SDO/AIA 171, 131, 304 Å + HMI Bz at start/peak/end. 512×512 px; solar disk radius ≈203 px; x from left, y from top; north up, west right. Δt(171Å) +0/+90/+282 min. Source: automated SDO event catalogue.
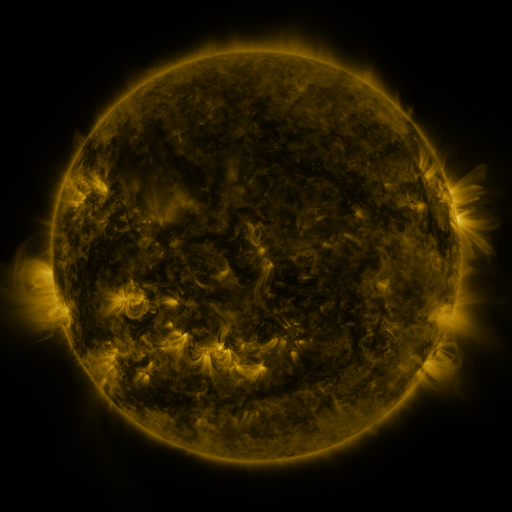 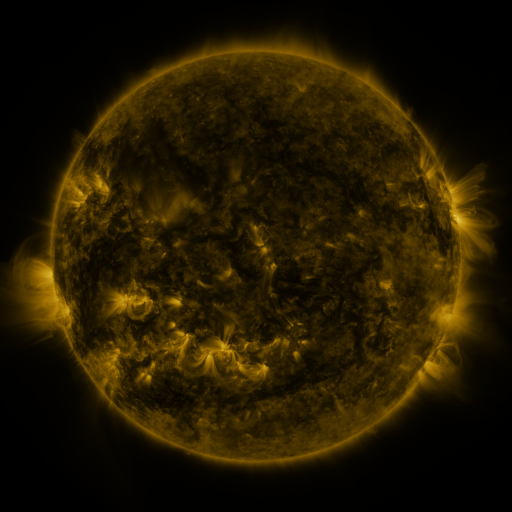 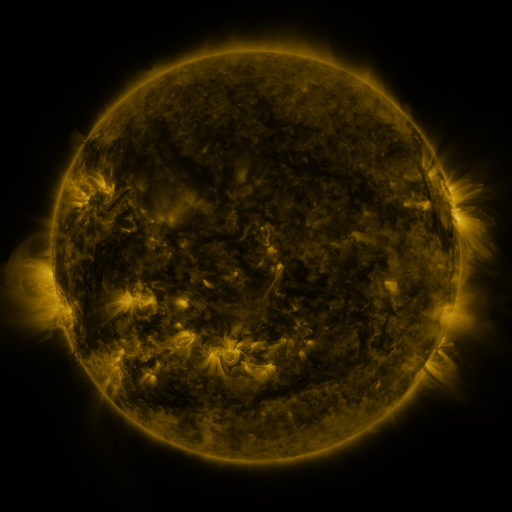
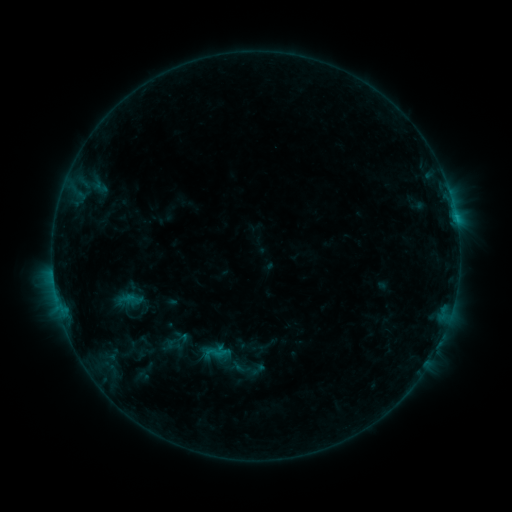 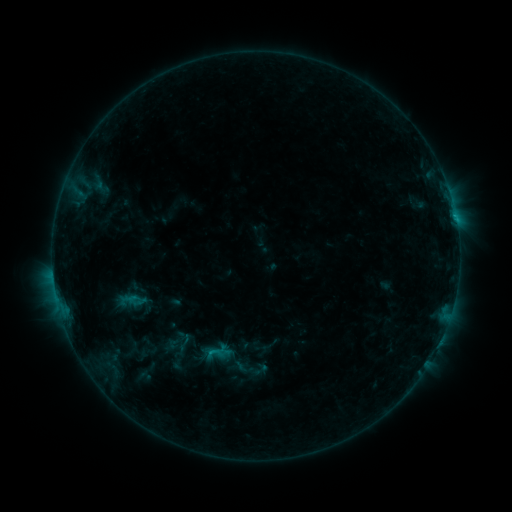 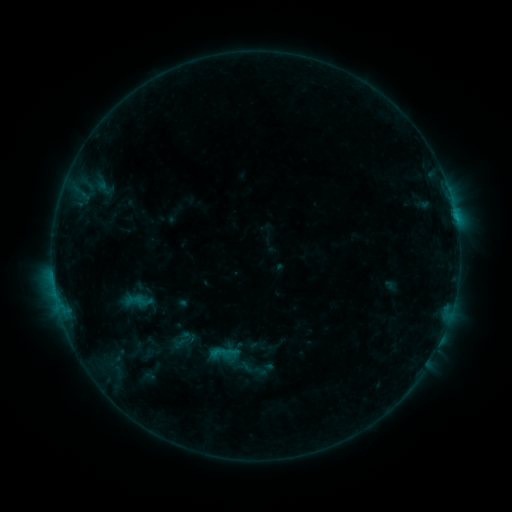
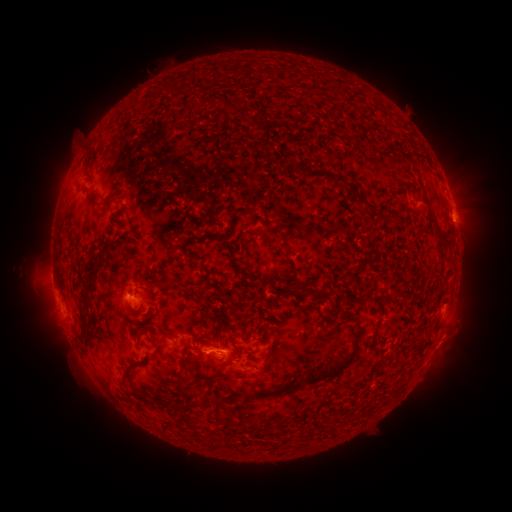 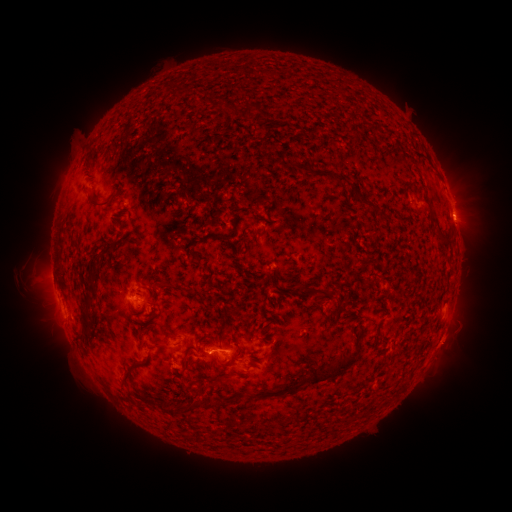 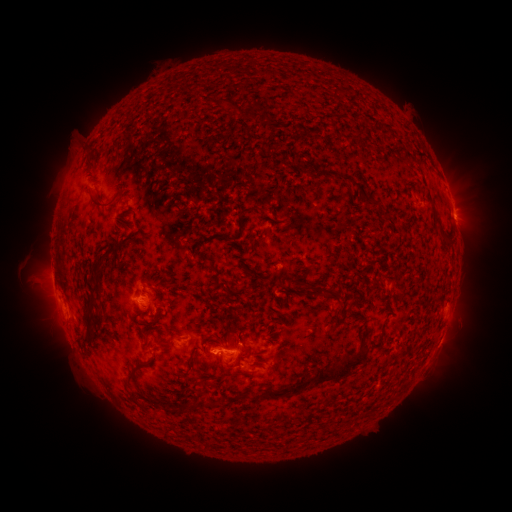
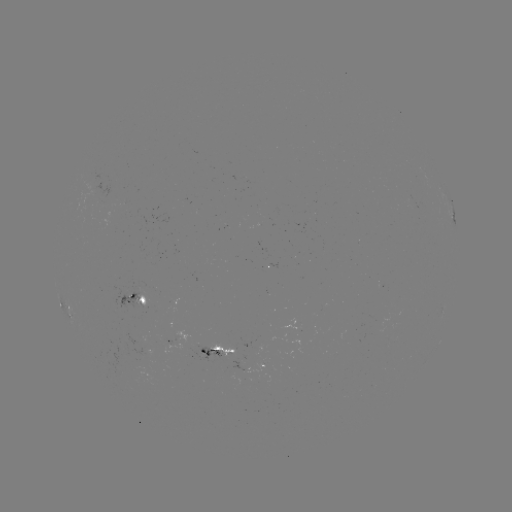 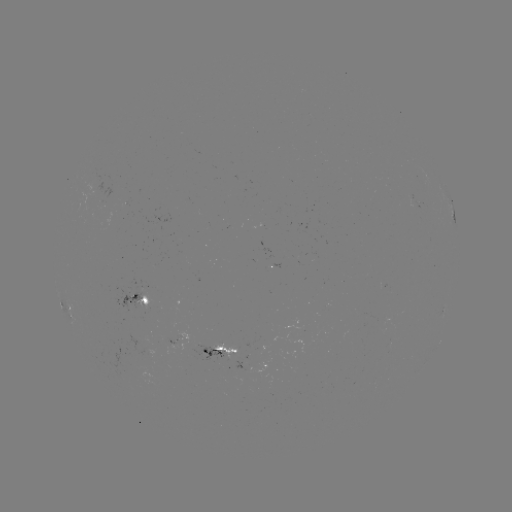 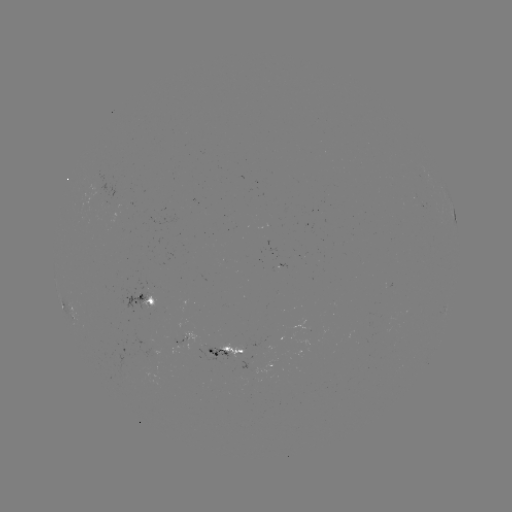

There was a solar emerging-flux region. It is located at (182, 335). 